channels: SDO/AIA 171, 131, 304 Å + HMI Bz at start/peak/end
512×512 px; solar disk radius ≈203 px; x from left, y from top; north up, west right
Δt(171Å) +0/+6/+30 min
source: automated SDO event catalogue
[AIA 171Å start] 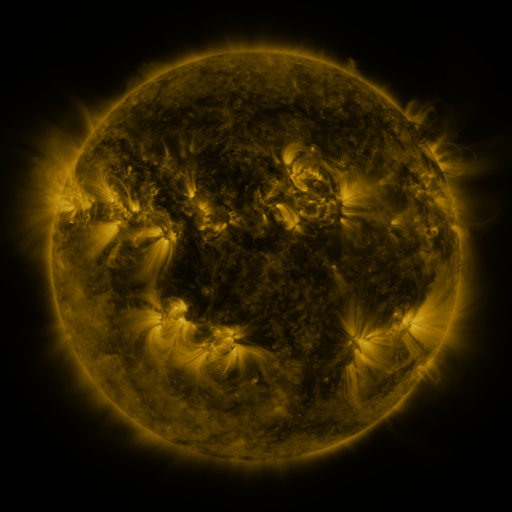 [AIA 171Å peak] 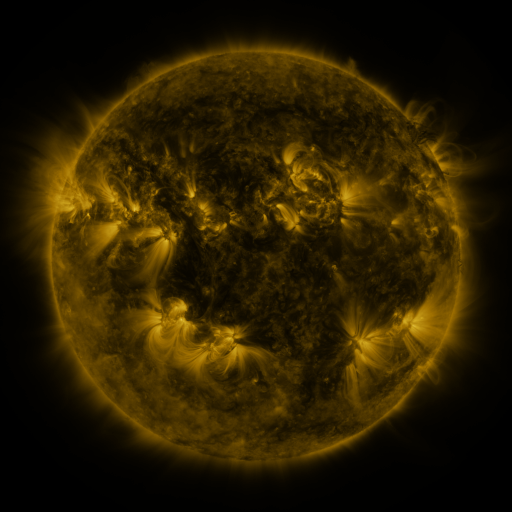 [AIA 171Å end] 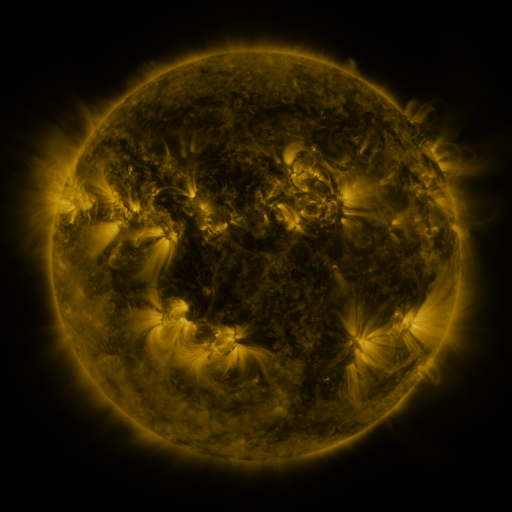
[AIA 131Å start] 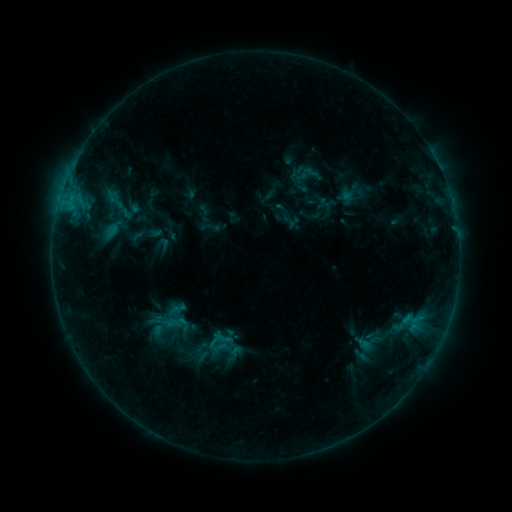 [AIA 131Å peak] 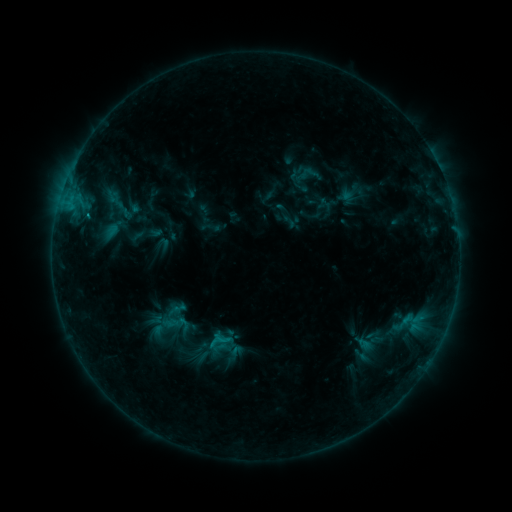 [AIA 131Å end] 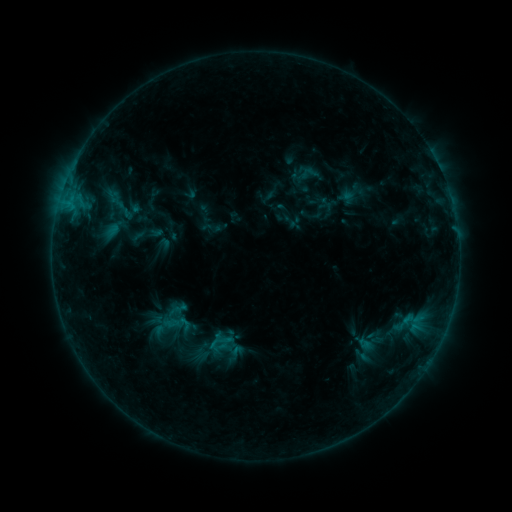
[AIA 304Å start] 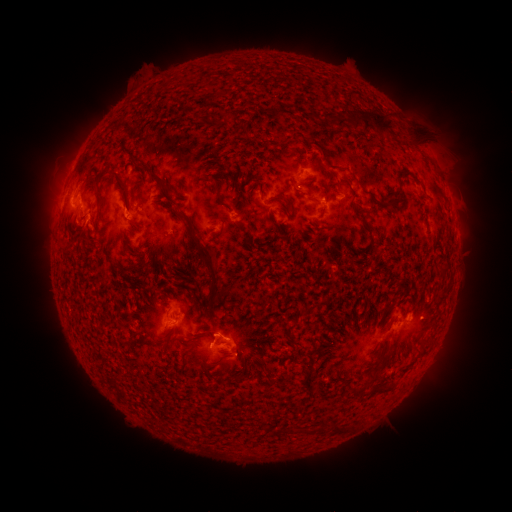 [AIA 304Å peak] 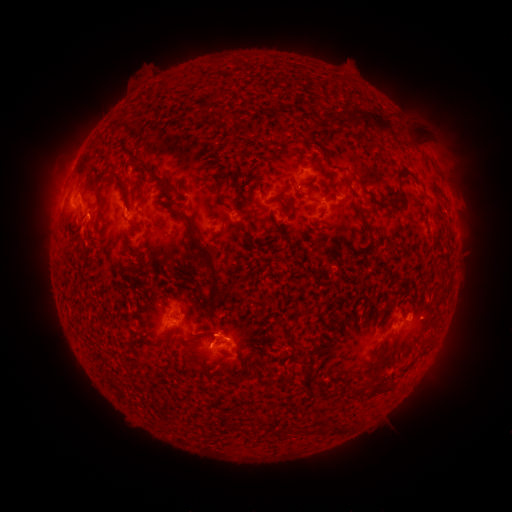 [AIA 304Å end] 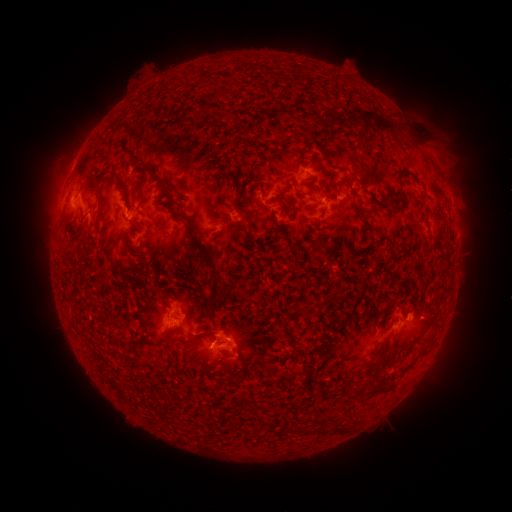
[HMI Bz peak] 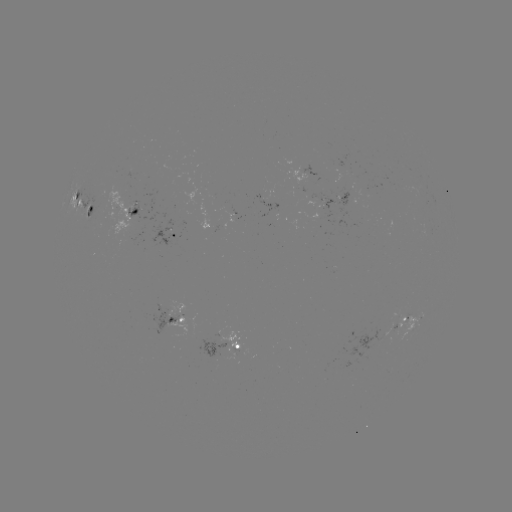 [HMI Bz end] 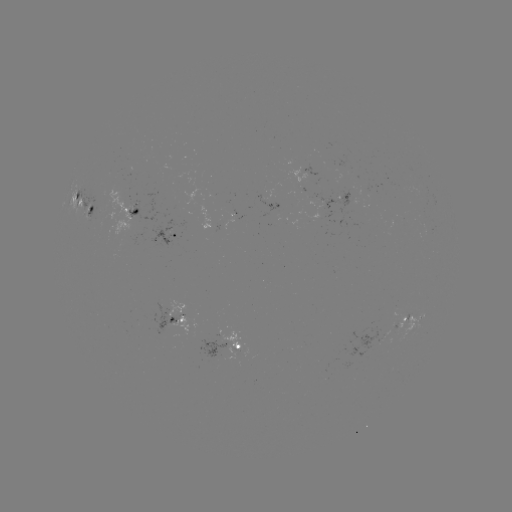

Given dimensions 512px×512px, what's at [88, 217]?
C1.0 flare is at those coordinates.